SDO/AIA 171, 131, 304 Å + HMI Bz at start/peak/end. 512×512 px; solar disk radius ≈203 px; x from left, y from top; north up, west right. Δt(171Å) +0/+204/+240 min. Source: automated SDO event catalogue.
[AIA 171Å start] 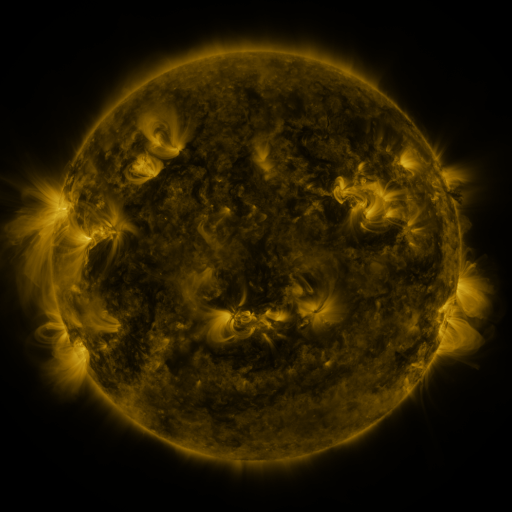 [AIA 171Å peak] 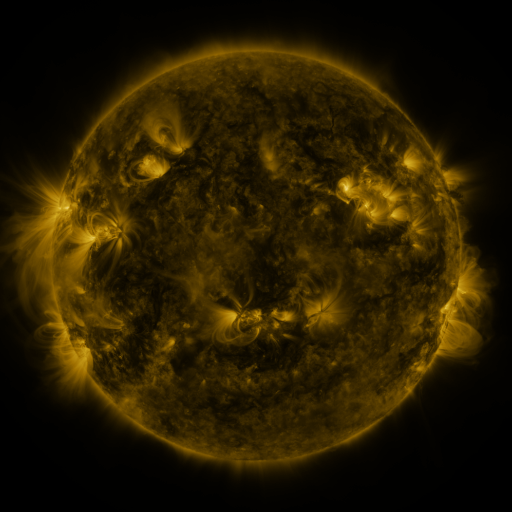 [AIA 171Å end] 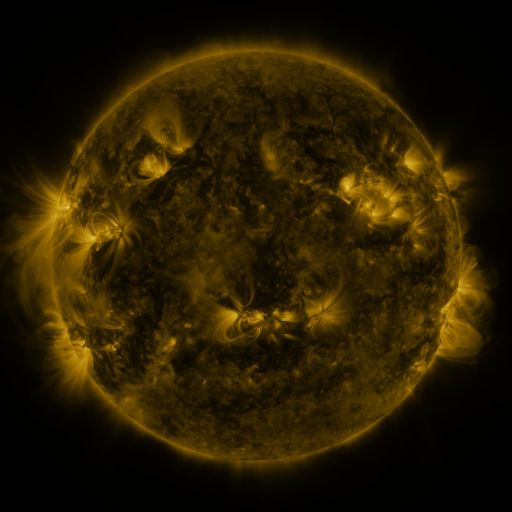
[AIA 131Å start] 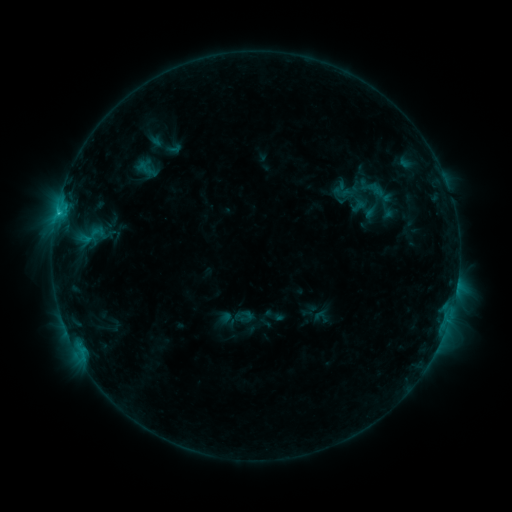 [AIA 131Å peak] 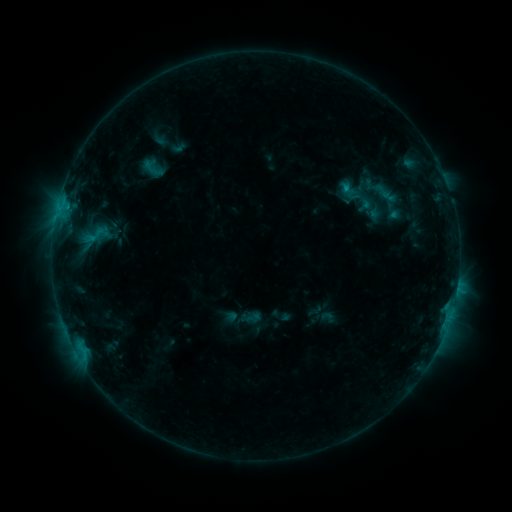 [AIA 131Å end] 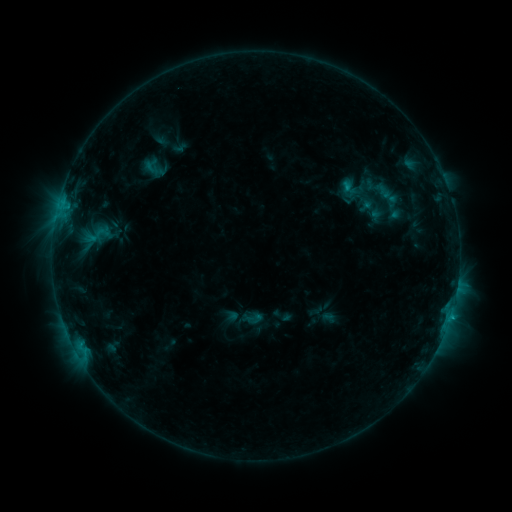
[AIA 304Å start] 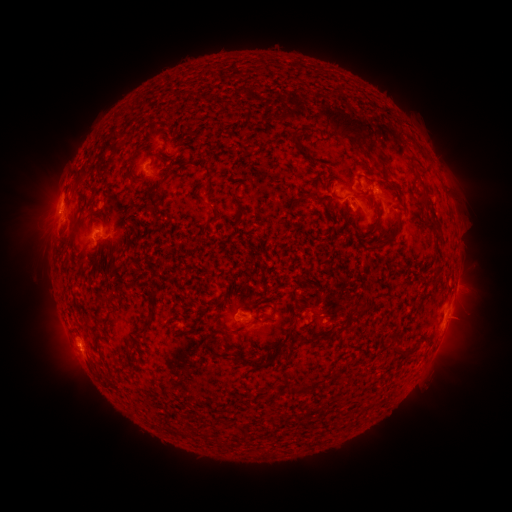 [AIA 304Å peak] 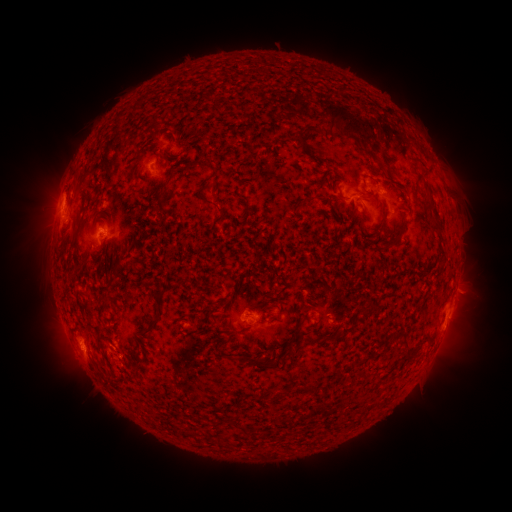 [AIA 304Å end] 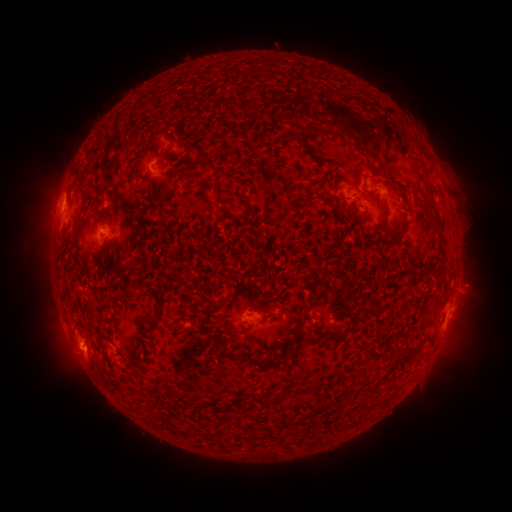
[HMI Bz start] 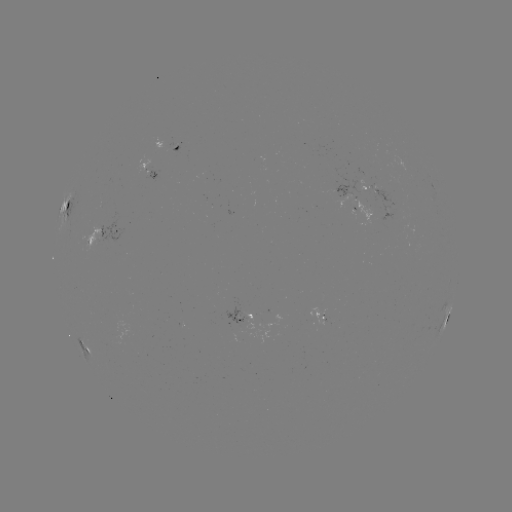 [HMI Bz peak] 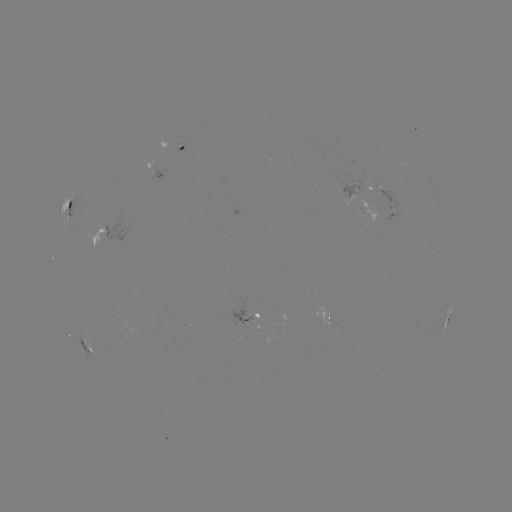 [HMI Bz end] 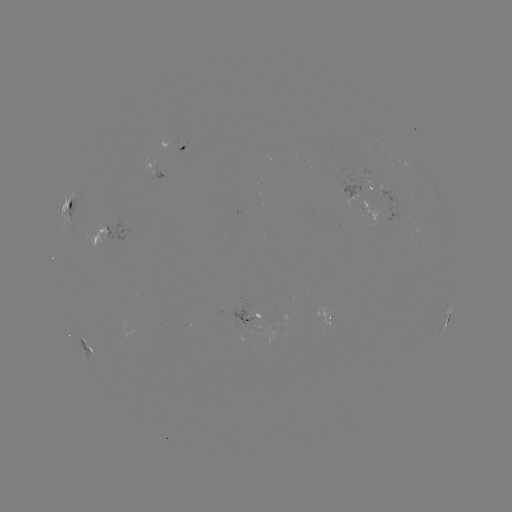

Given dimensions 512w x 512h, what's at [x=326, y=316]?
emerging-flux region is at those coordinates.